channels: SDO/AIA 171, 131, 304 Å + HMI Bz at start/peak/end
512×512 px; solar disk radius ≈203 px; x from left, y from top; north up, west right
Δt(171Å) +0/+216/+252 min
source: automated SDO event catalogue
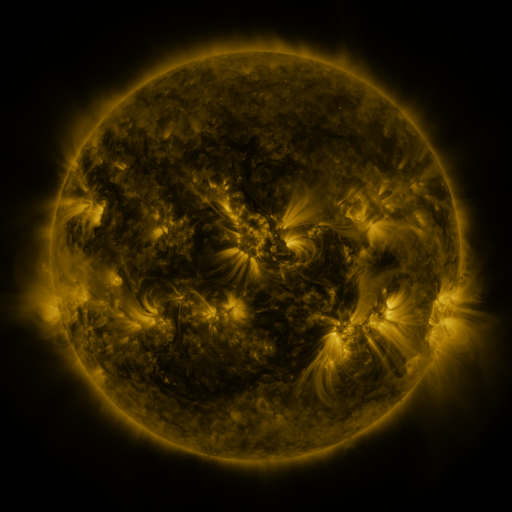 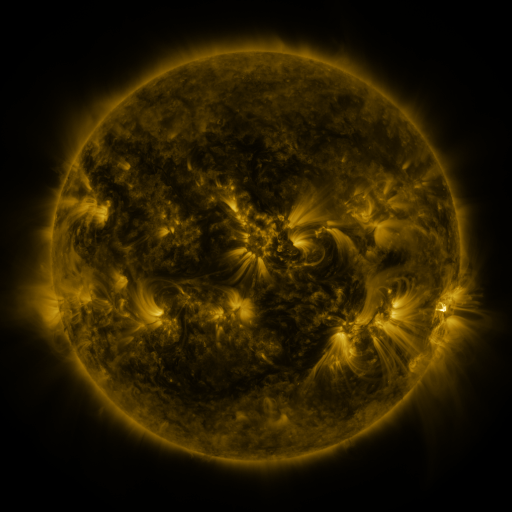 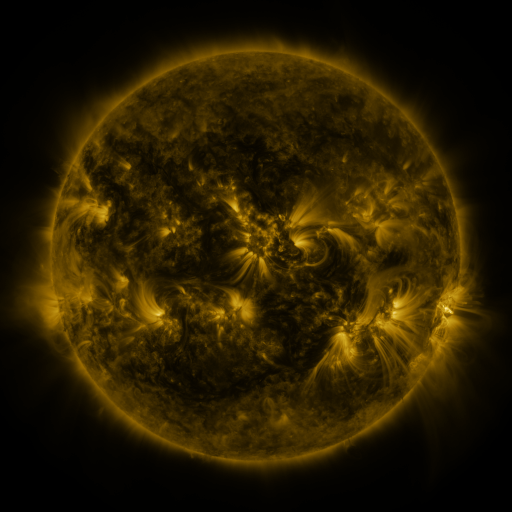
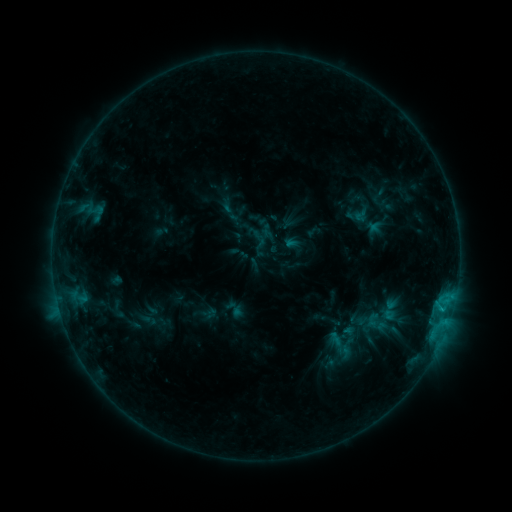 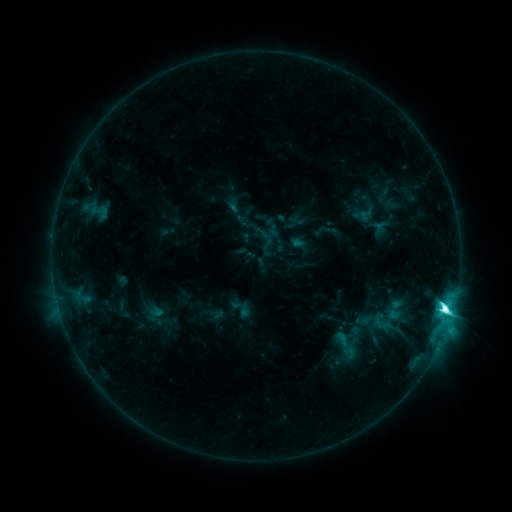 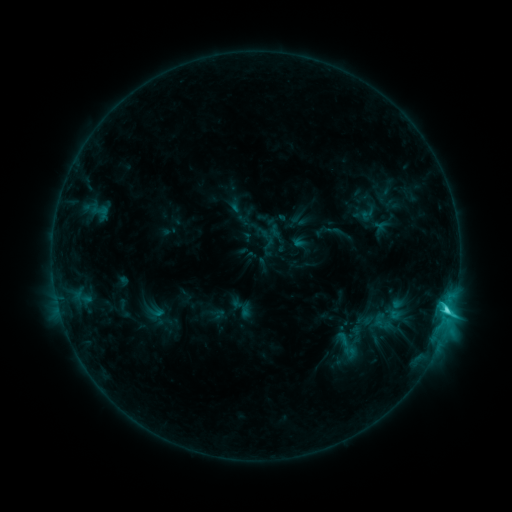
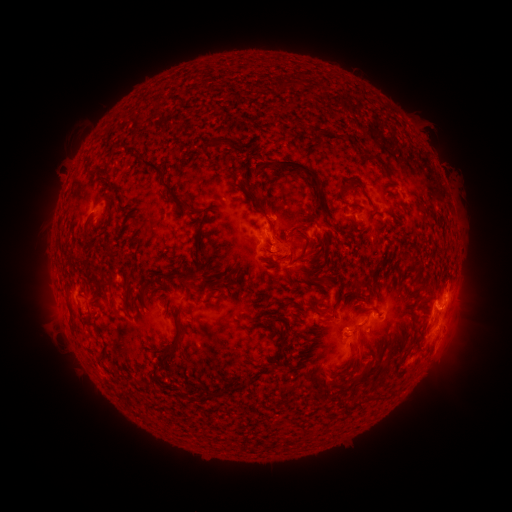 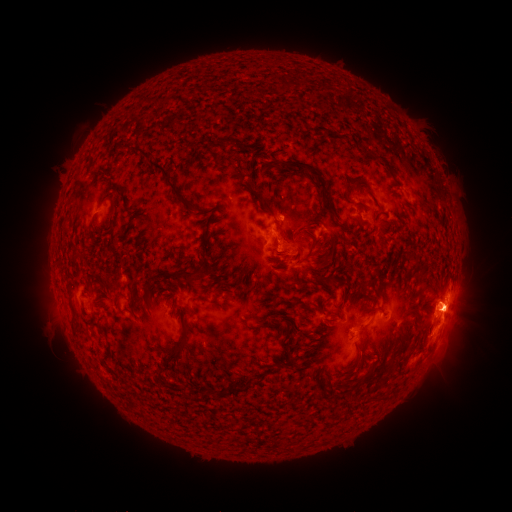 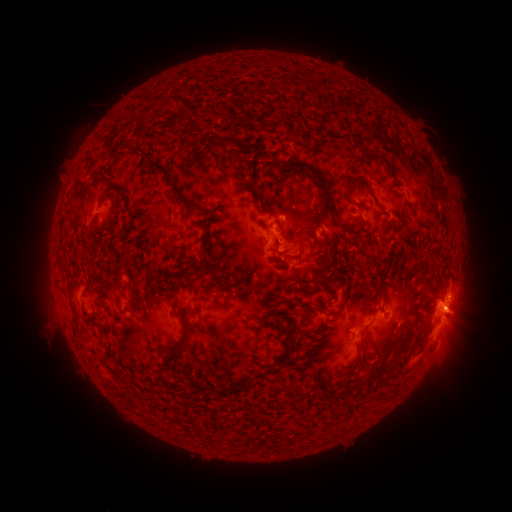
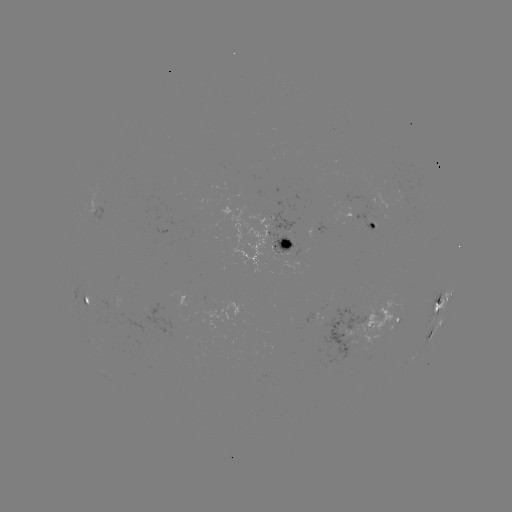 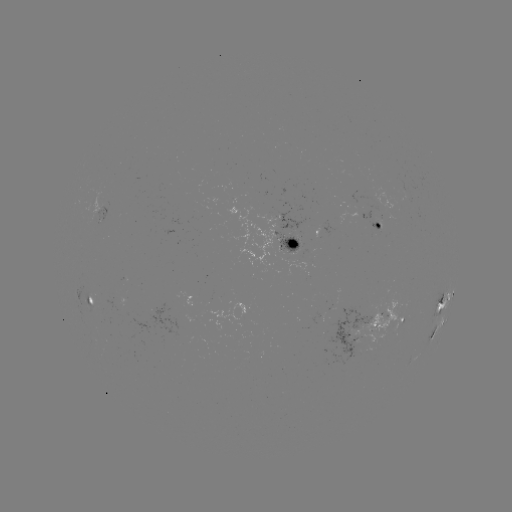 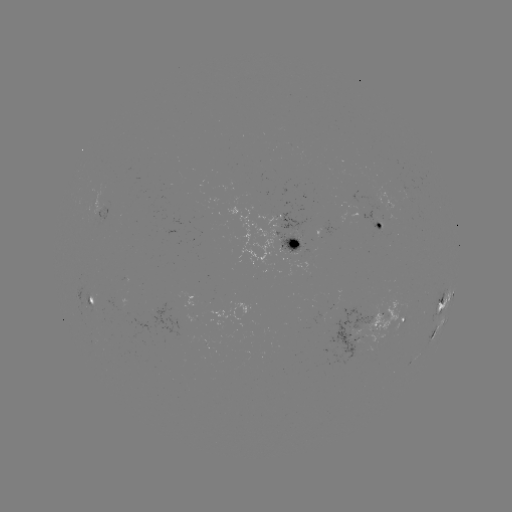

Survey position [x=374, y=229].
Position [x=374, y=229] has emerging-flux region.